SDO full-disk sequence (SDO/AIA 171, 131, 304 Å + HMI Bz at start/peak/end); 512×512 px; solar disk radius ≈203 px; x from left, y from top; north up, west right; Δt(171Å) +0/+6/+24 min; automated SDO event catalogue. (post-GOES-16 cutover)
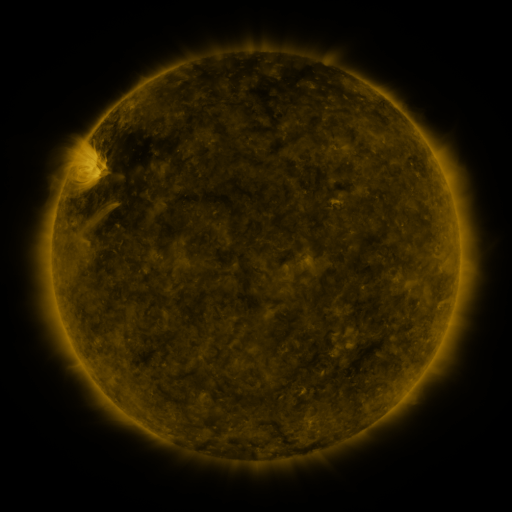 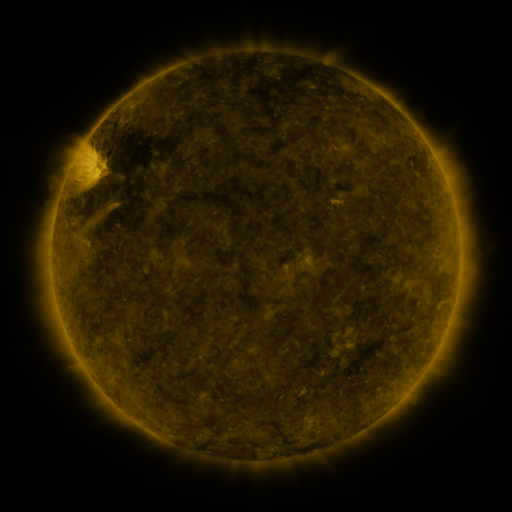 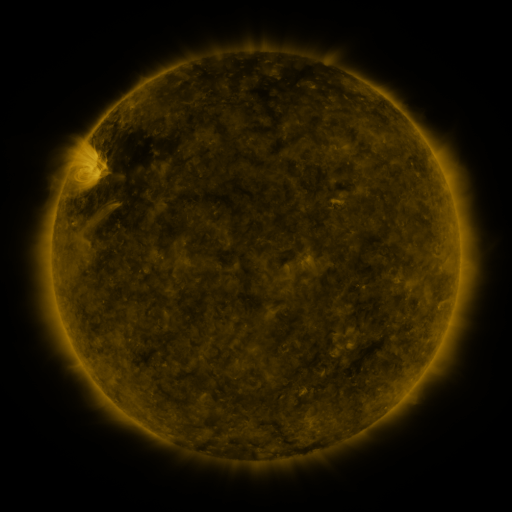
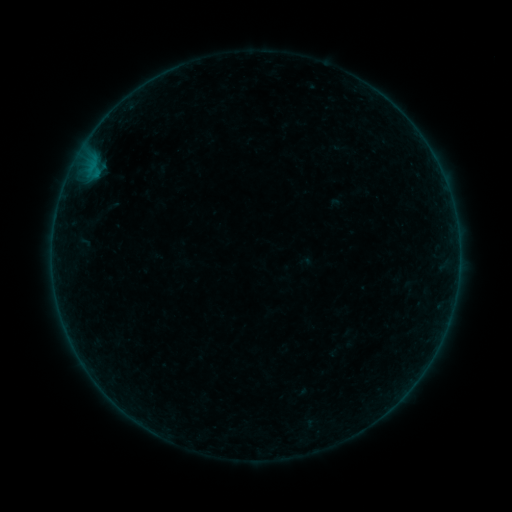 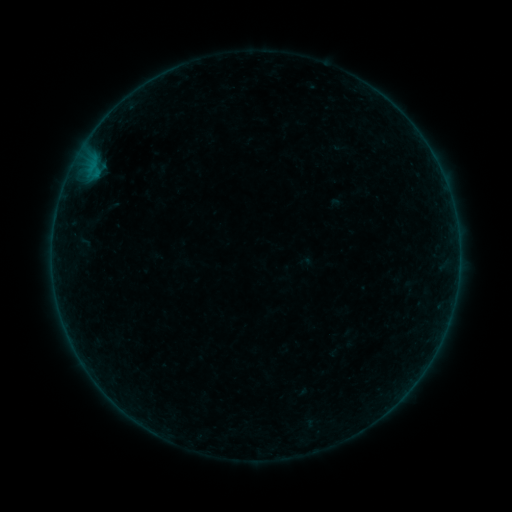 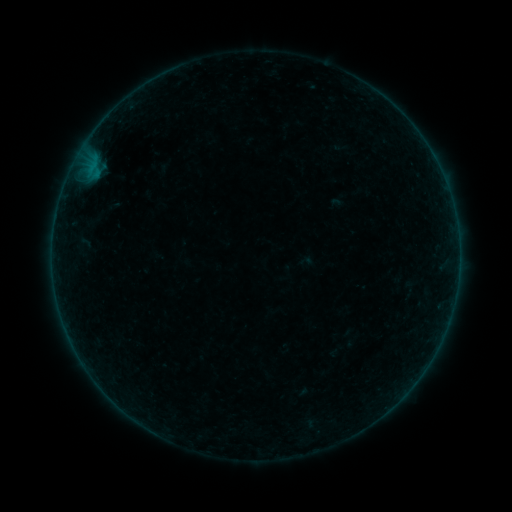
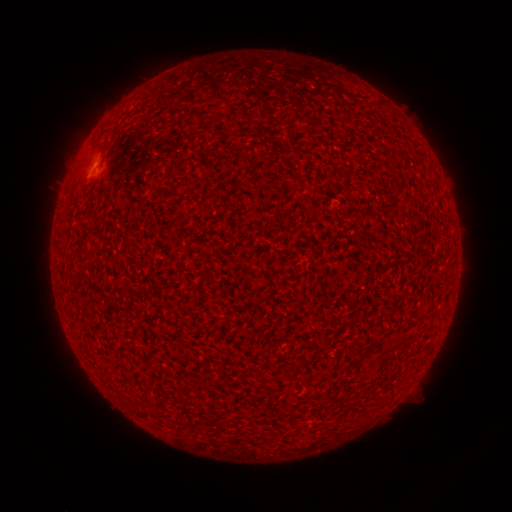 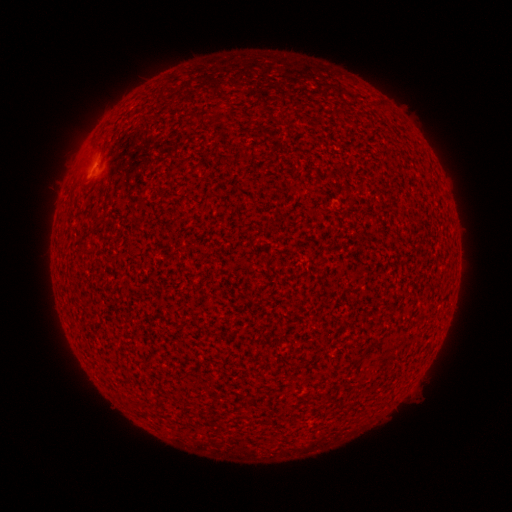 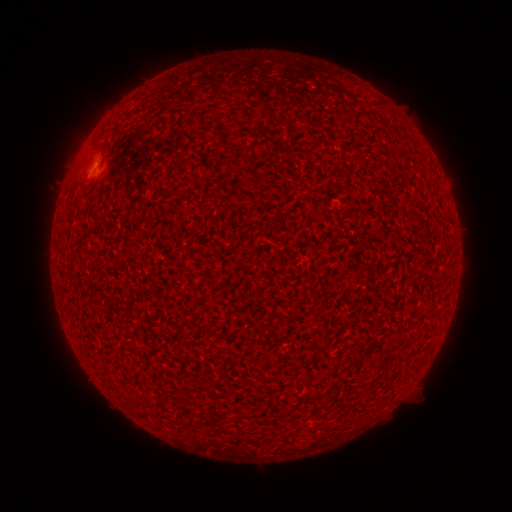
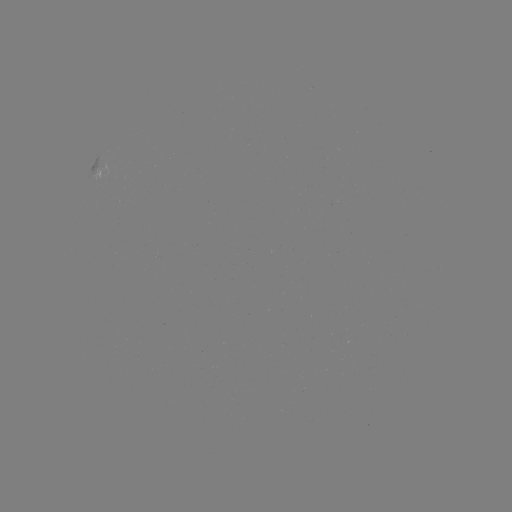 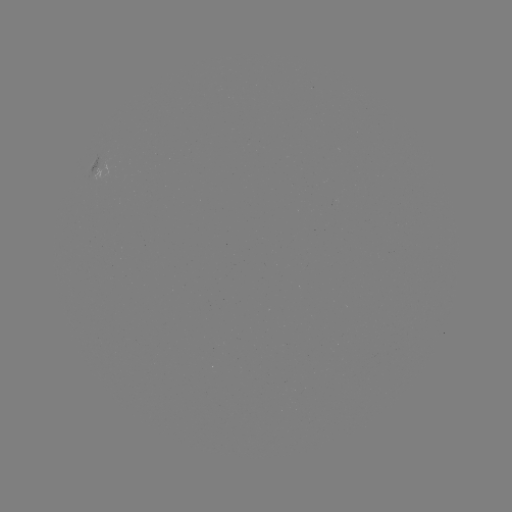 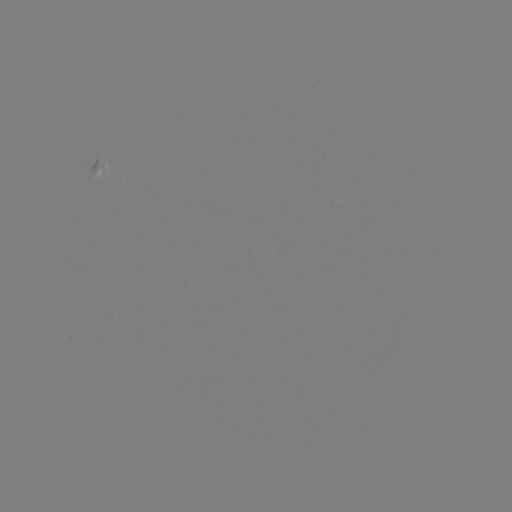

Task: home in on B1.4 flare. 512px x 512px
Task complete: (90, 173).